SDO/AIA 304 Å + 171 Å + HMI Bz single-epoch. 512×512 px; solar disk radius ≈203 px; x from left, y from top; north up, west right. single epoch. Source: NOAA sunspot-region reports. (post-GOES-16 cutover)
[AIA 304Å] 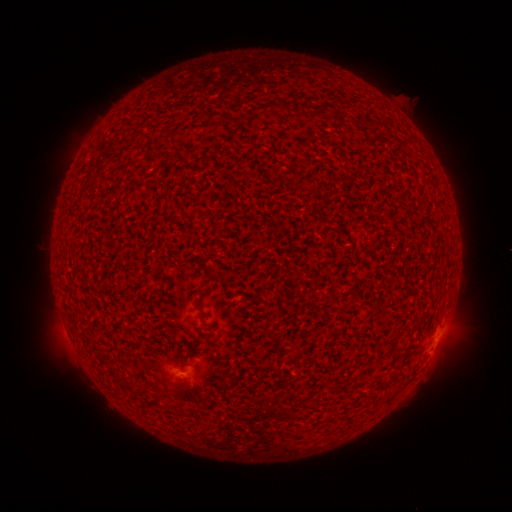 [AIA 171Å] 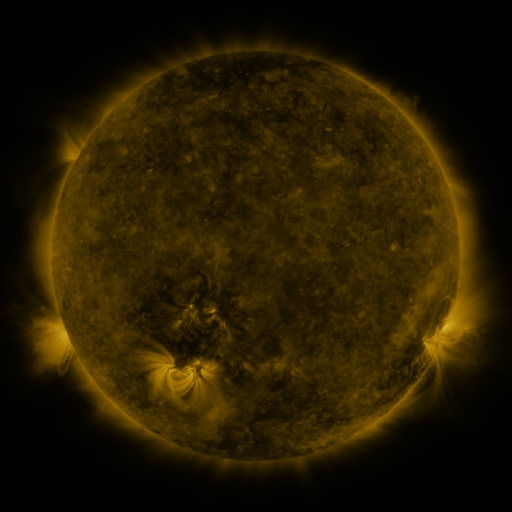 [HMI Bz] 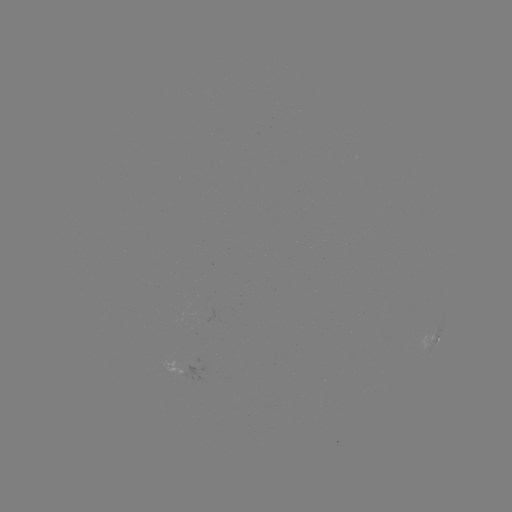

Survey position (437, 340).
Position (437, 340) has spotted active region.